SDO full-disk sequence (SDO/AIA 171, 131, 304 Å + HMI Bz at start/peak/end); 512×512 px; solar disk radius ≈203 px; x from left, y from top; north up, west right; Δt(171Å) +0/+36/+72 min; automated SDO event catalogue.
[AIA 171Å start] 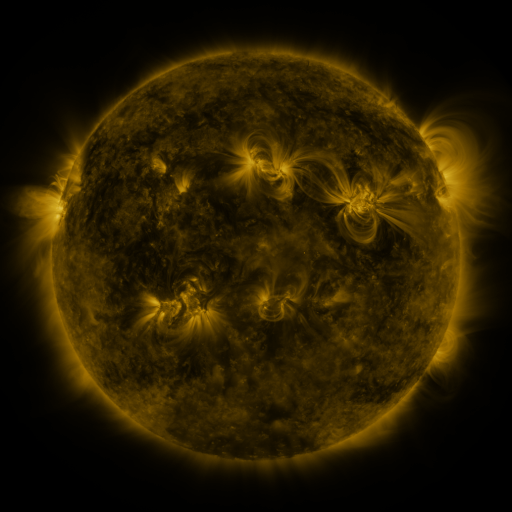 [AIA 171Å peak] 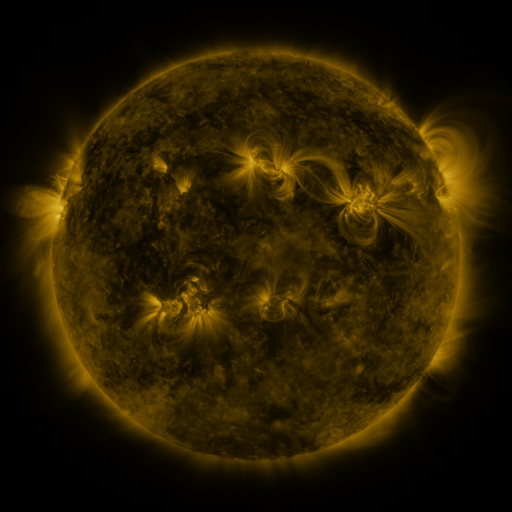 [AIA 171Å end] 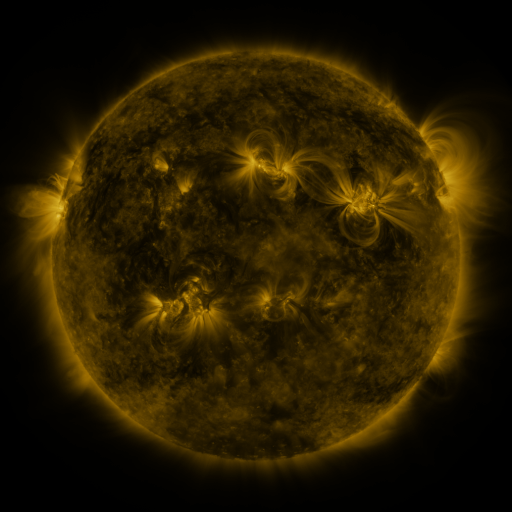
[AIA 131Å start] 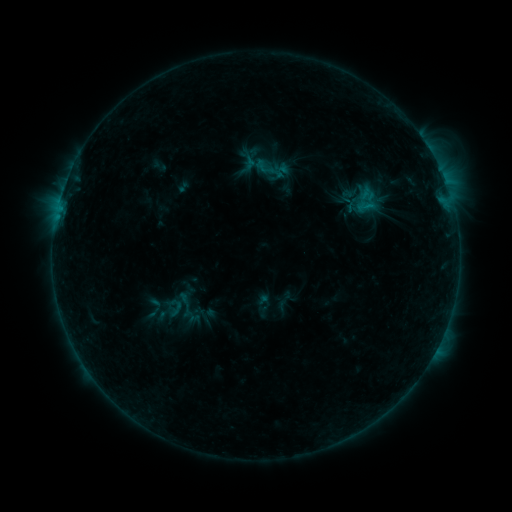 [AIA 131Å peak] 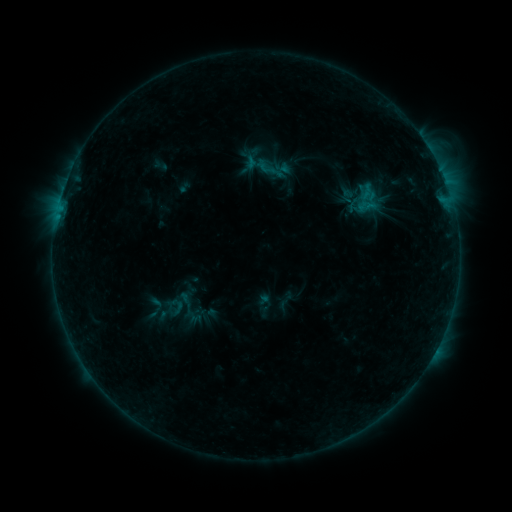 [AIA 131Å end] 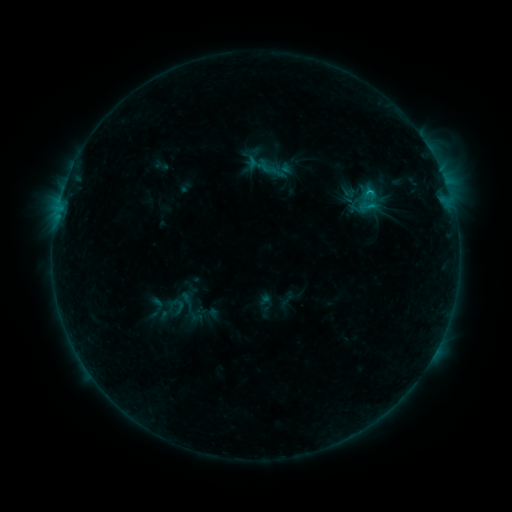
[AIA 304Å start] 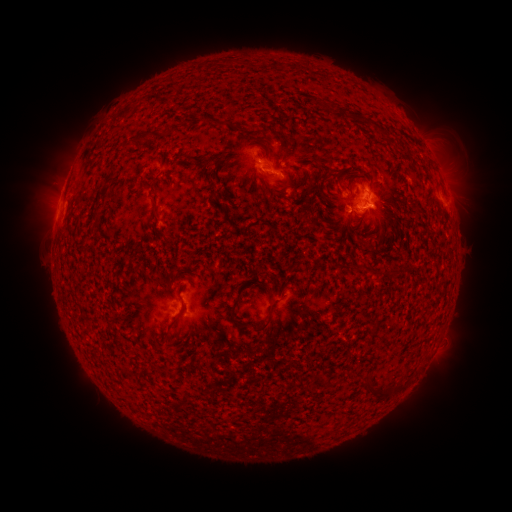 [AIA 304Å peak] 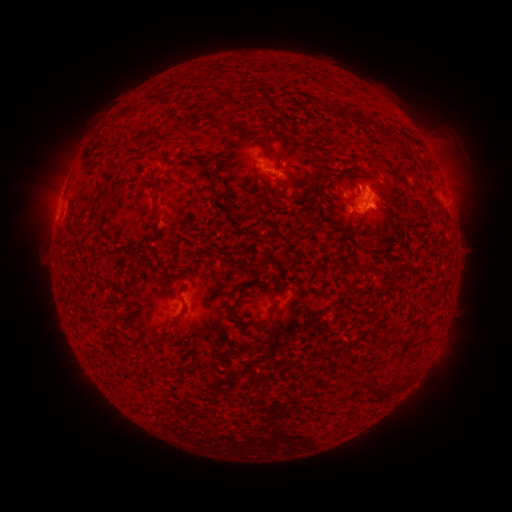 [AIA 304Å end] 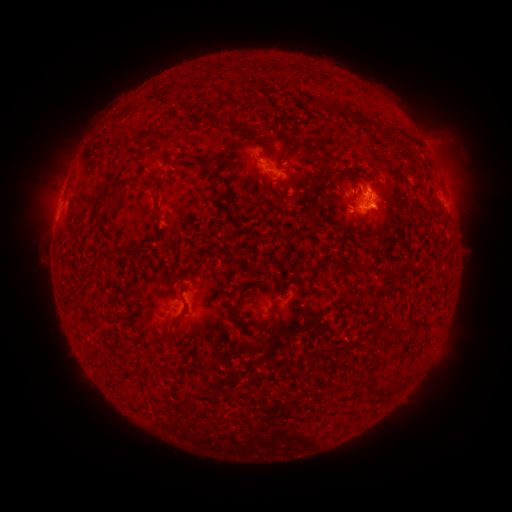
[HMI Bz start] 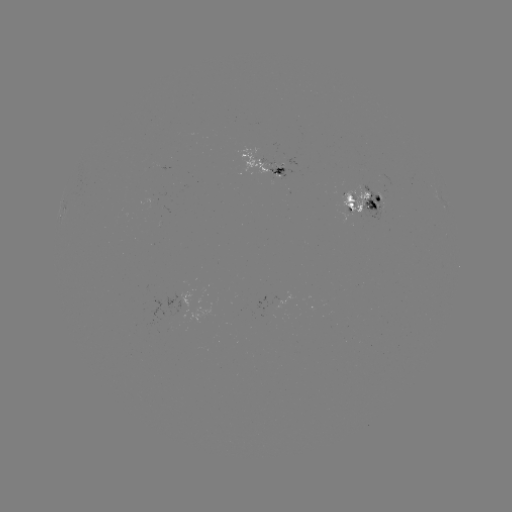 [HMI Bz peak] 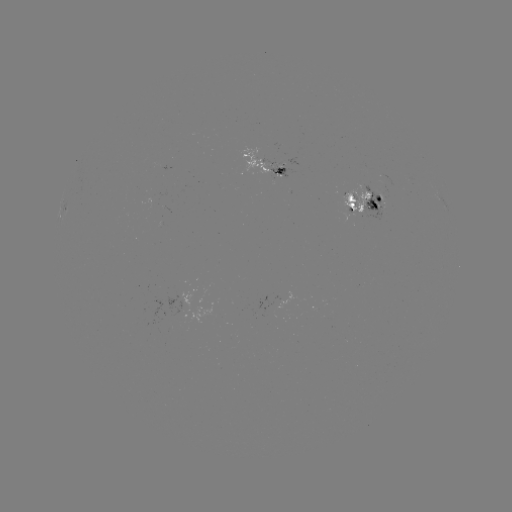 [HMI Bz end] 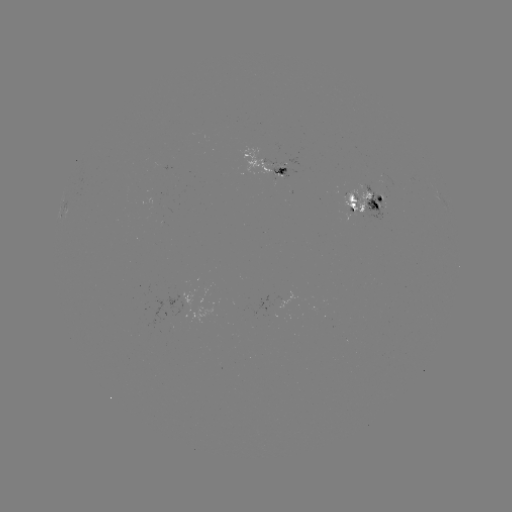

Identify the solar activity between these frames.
emerging-flux region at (259, 162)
